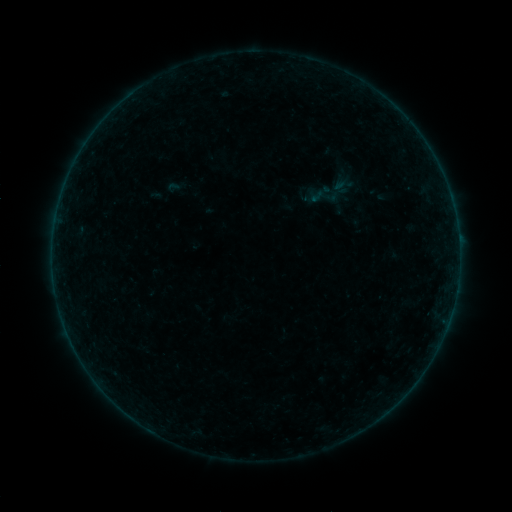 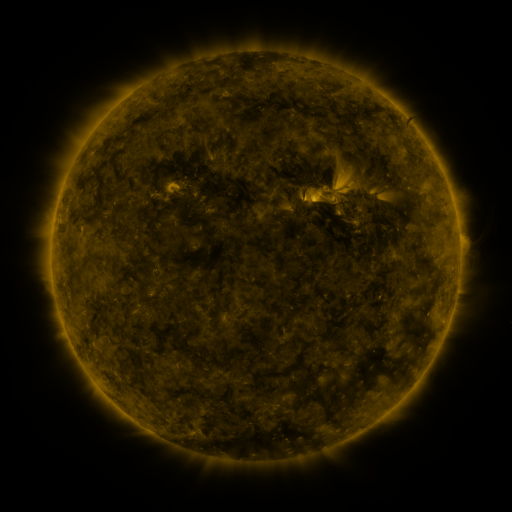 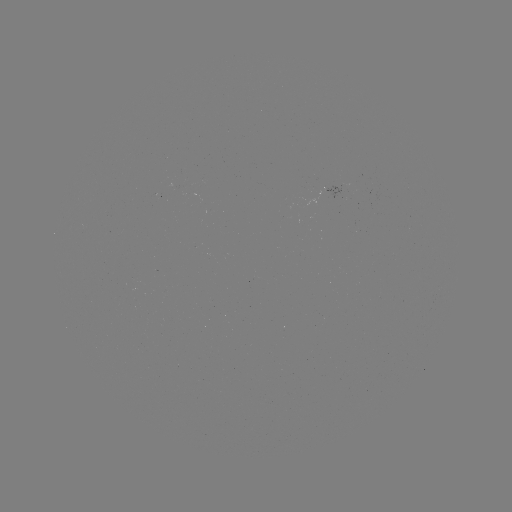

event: sigmoid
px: (346, 184)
